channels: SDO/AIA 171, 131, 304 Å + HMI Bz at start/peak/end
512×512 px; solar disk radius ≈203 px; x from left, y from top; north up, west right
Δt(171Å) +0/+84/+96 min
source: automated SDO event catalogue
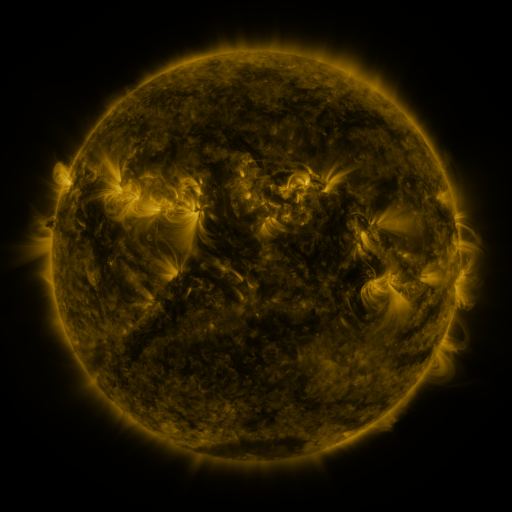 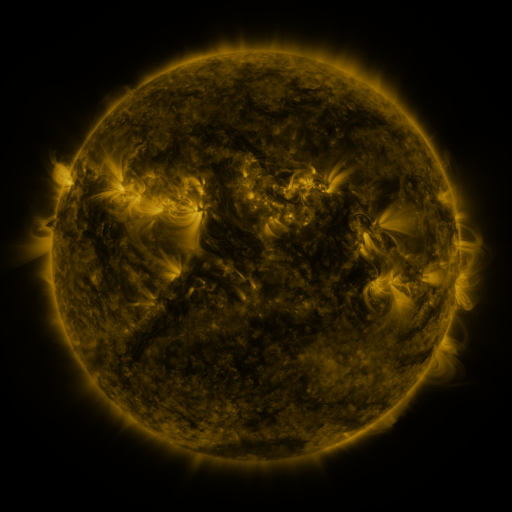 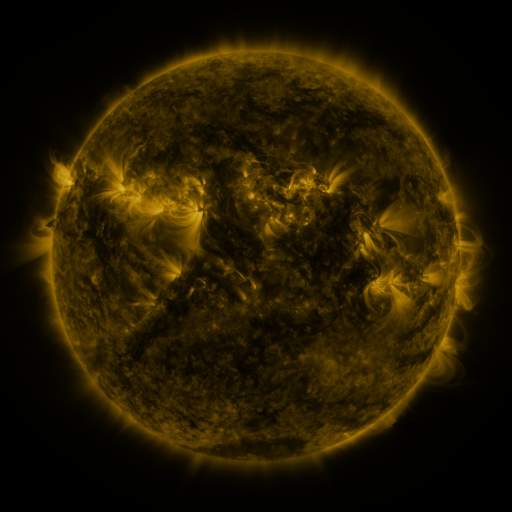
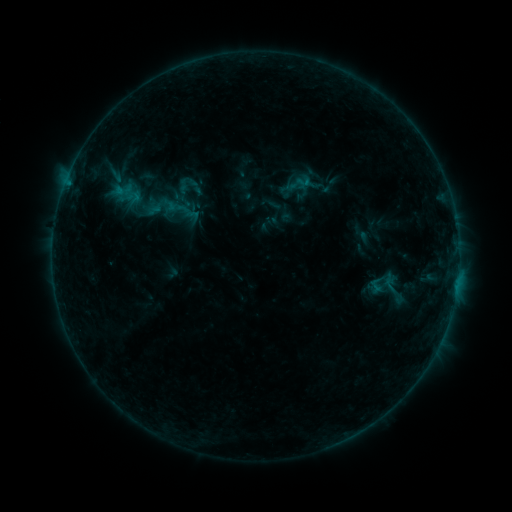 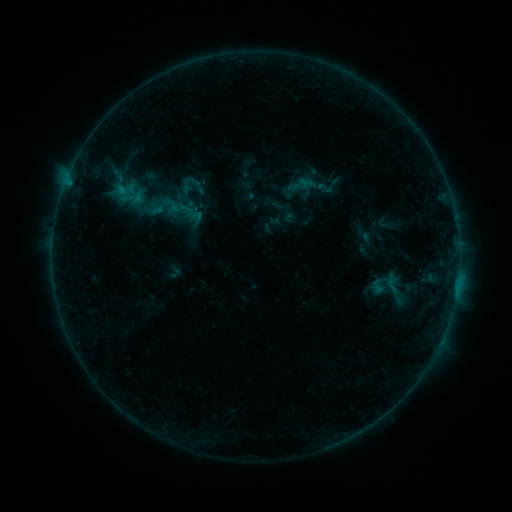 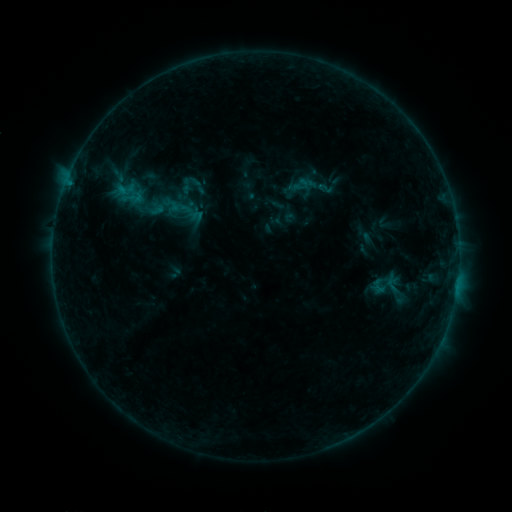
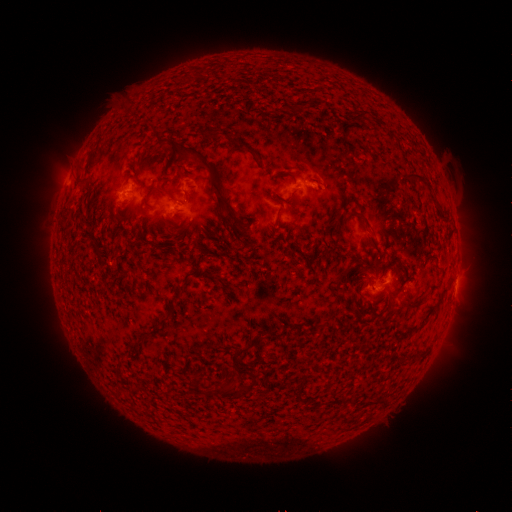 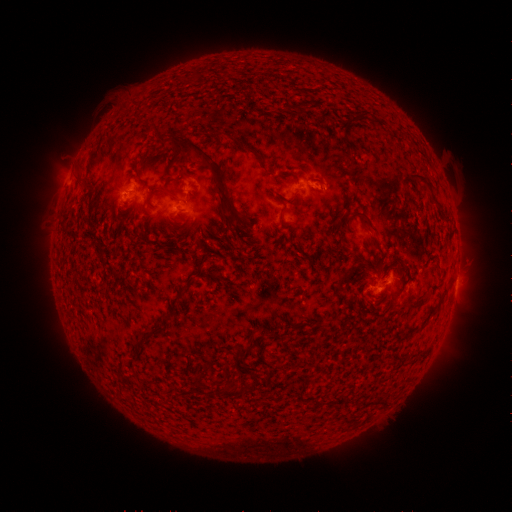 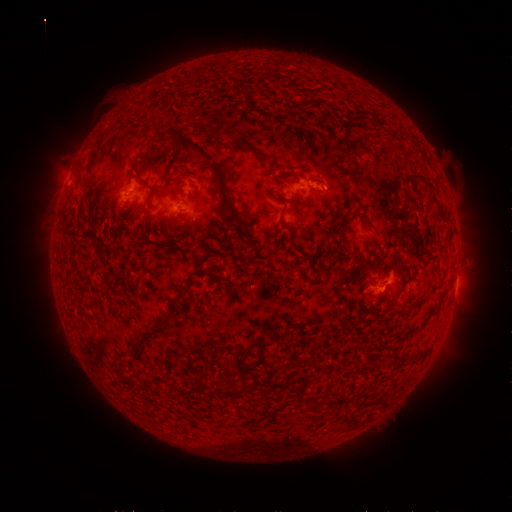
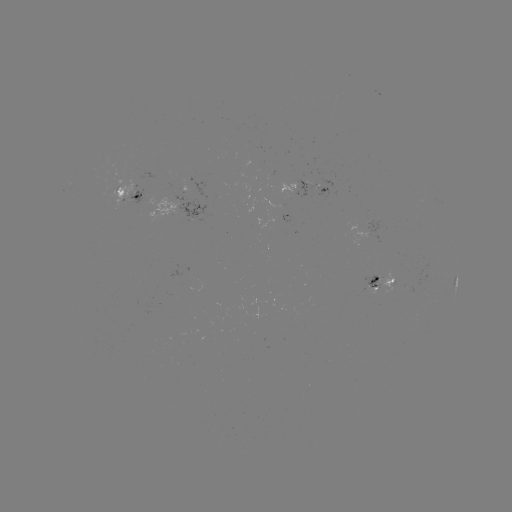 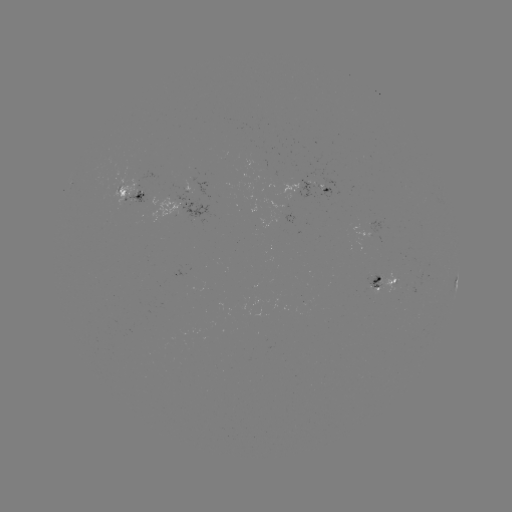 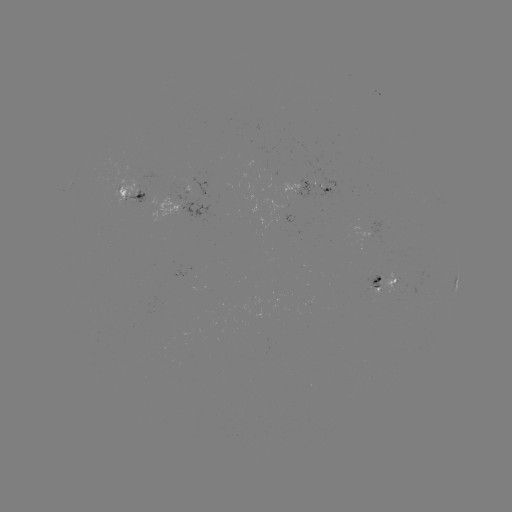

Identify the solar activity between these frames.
emerging-flux region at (320, 187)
